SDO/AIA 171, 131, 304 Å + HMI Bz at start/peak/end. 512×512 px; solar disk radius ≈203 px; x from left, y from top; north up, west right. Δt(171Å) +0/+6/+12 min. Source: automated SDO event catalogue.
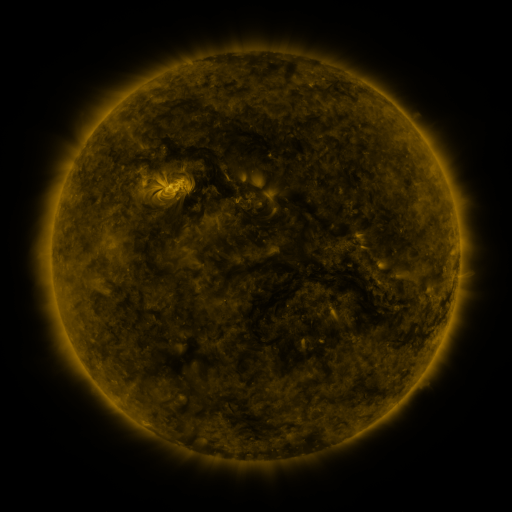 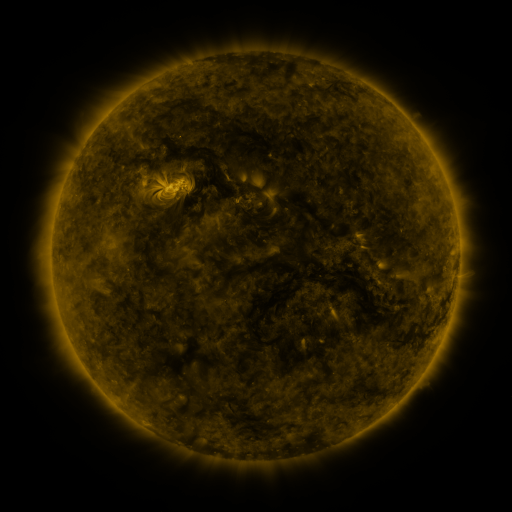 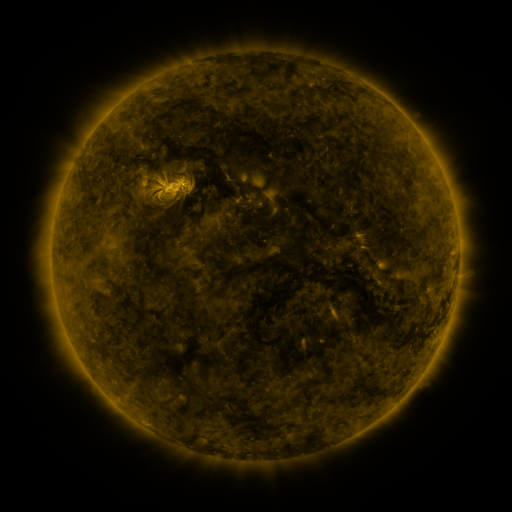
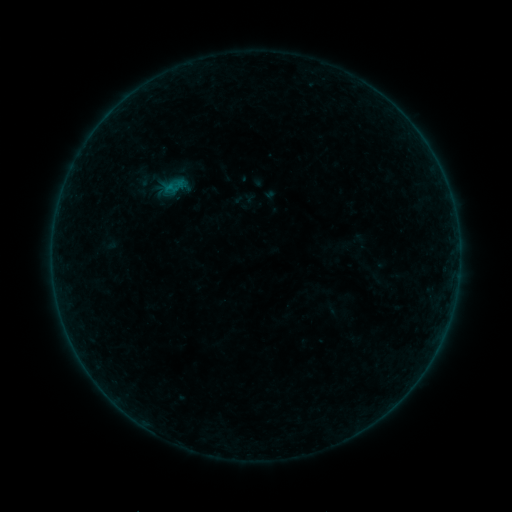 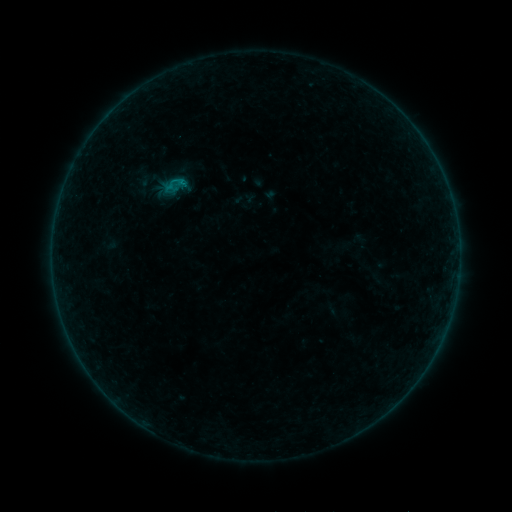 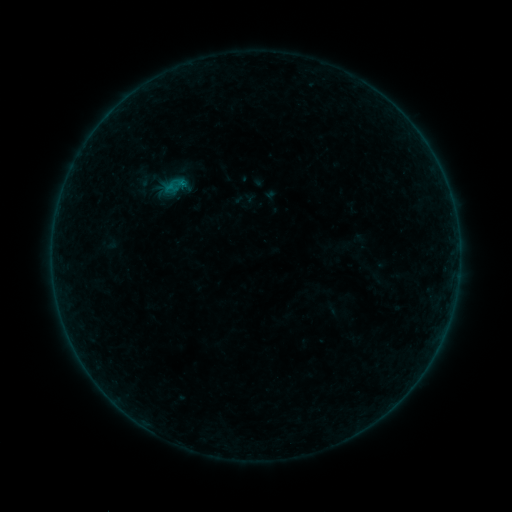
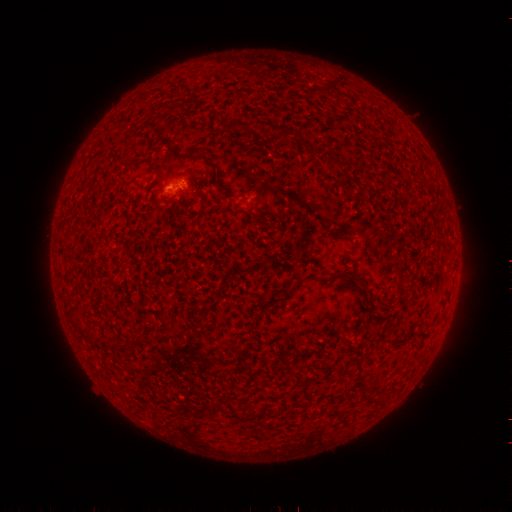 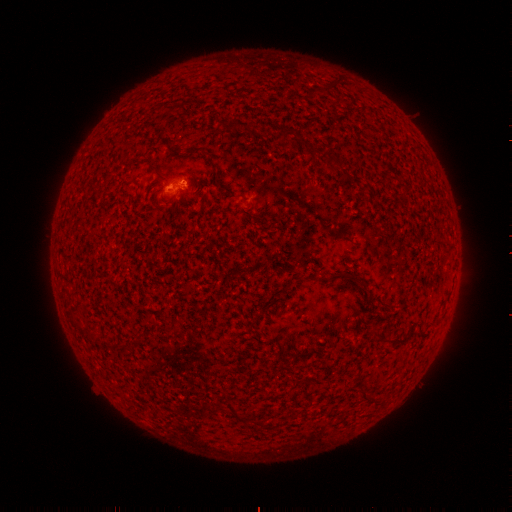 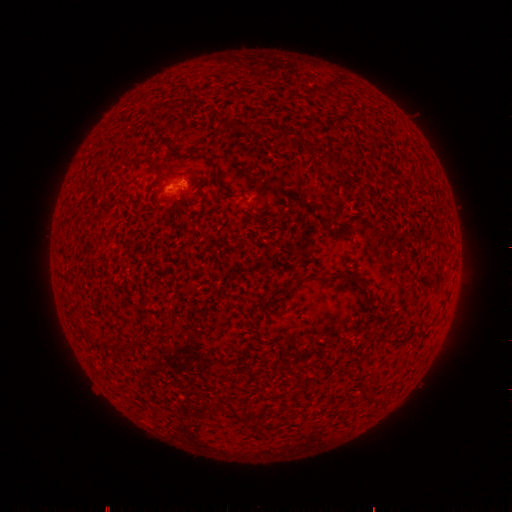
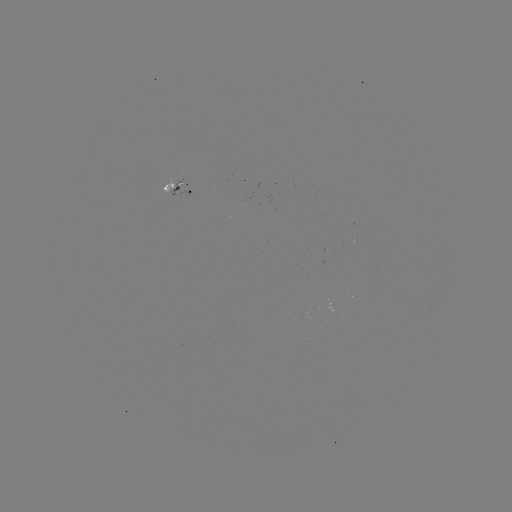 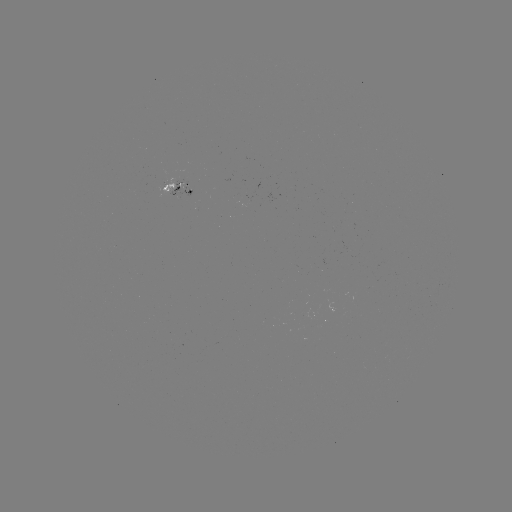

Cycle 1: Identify B3.0 flare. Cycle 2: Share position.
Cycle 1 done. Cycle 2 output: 183,183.